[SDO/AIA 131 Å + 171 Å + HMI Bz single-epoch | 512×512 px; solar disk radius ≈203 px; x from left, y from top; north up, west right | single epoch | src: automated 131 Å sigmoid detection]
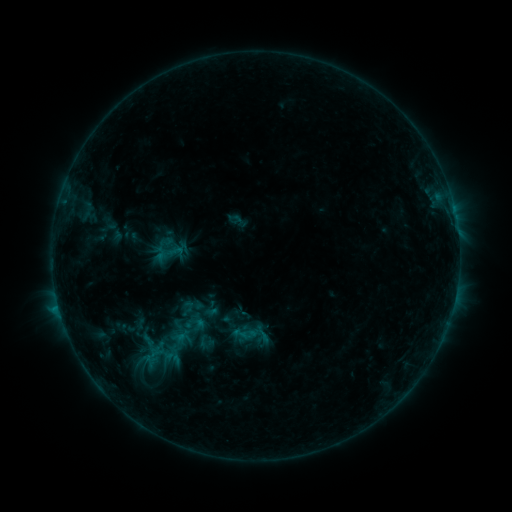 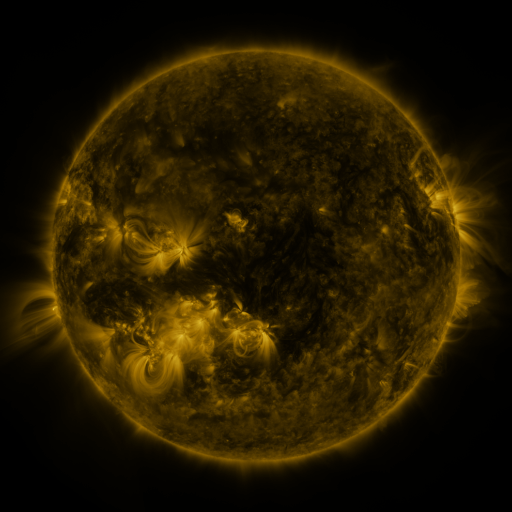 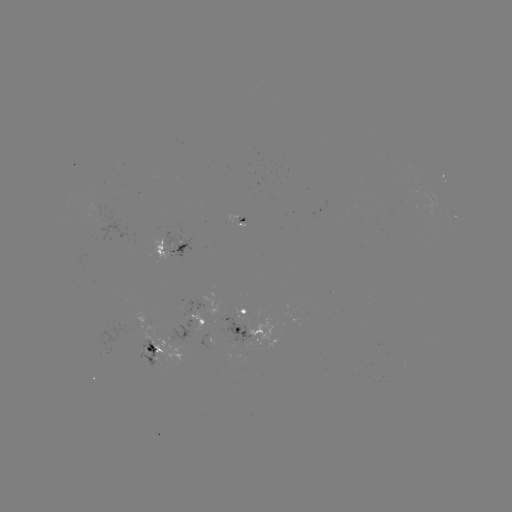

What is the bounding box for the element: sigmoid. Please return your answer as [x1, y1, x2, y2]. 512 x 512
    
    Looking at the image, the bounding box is [182, 315, 205, 334].